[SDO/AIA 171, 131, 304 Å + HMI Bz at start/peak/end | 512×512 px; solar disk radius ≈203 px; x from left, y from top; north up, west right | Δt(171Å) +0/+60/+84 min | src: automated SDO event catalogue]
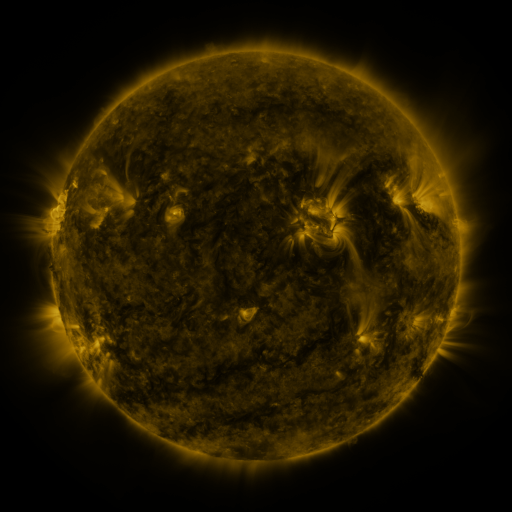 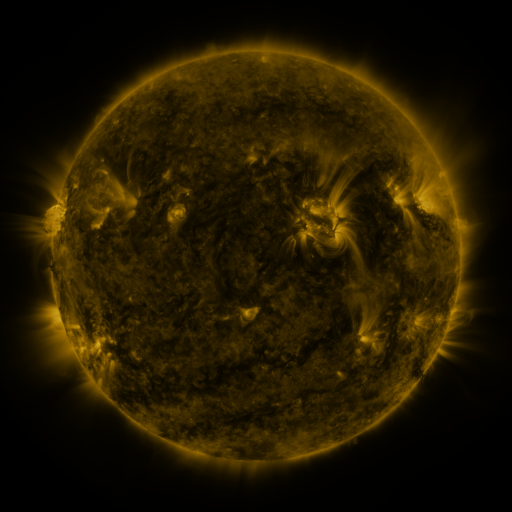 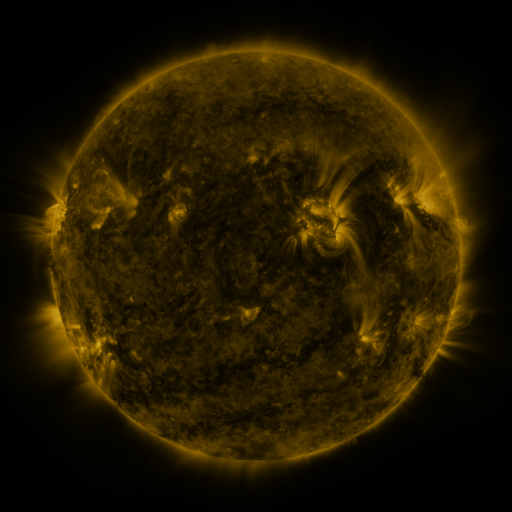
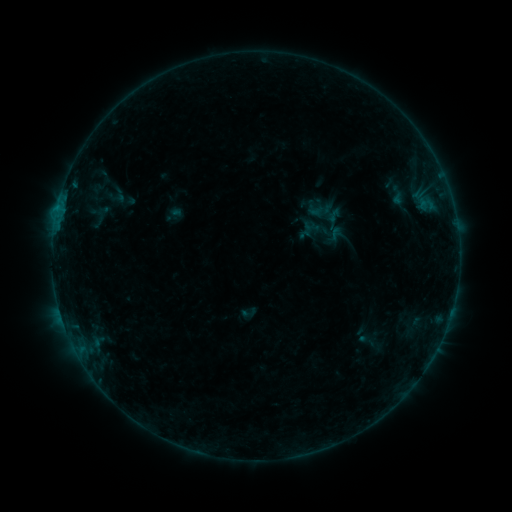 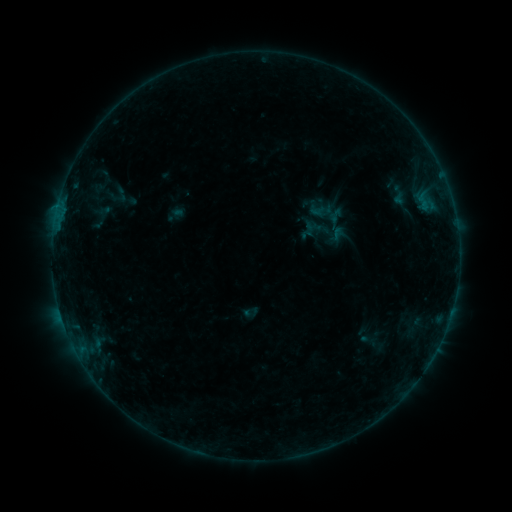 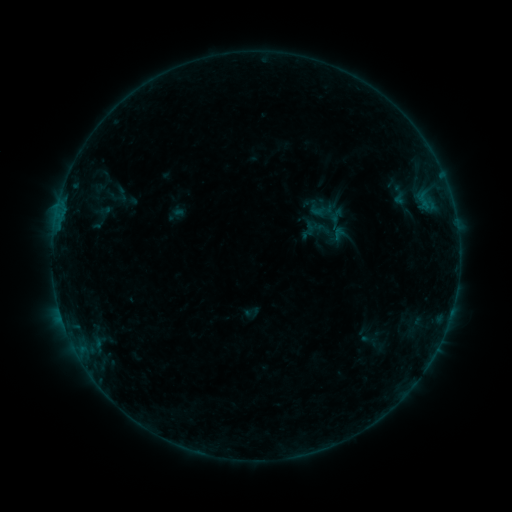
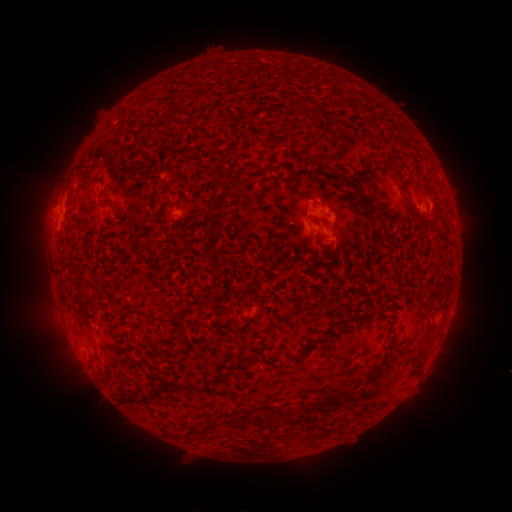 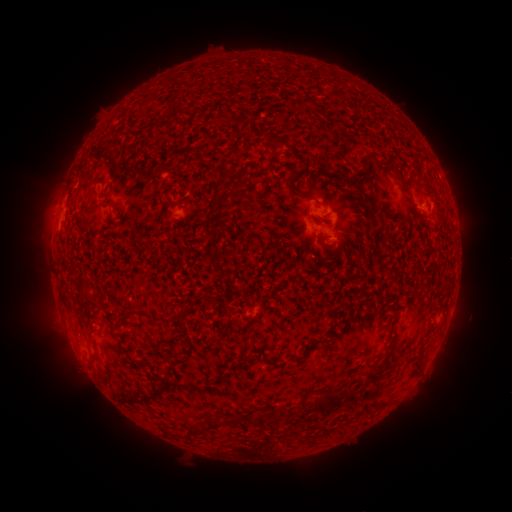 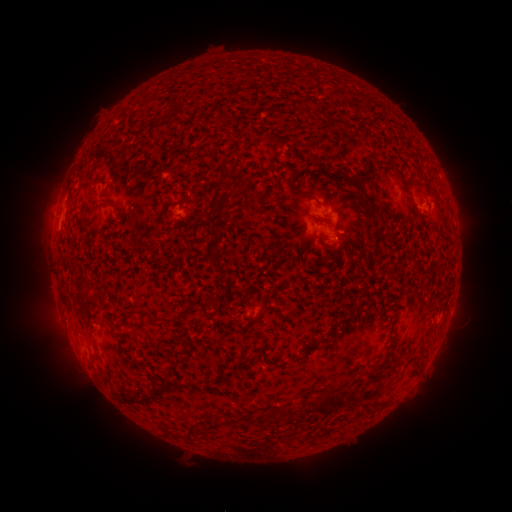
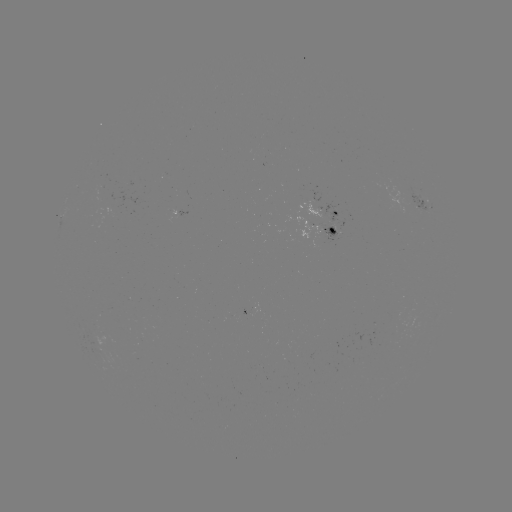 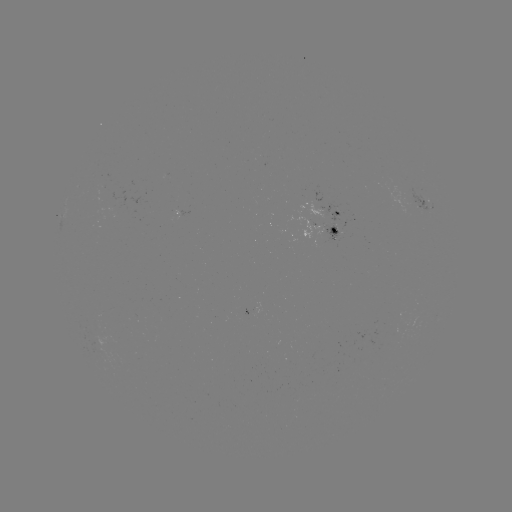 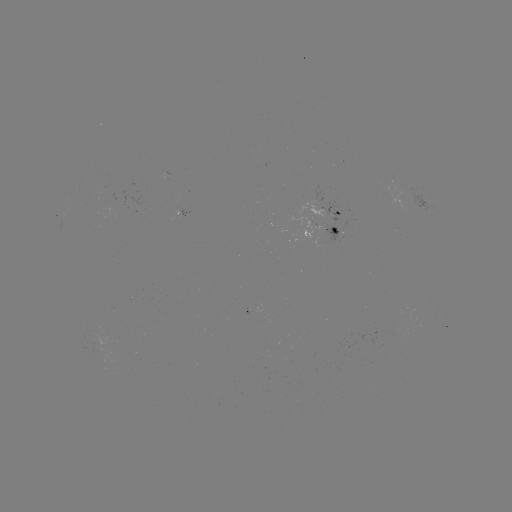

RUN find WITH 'emerging-flux region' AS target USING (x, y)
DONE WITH (331, 228) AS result